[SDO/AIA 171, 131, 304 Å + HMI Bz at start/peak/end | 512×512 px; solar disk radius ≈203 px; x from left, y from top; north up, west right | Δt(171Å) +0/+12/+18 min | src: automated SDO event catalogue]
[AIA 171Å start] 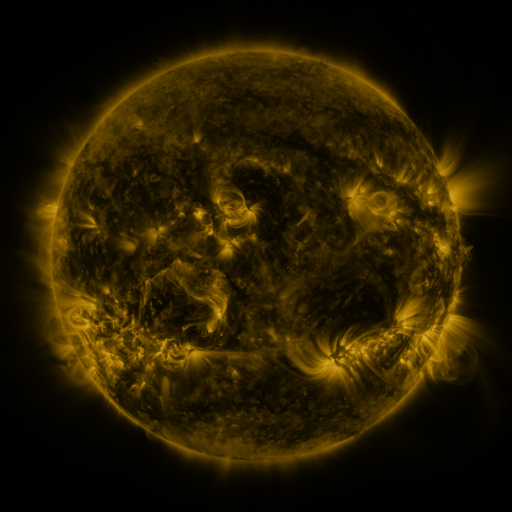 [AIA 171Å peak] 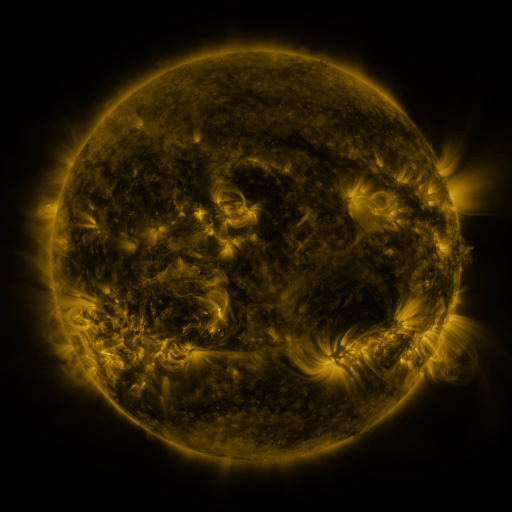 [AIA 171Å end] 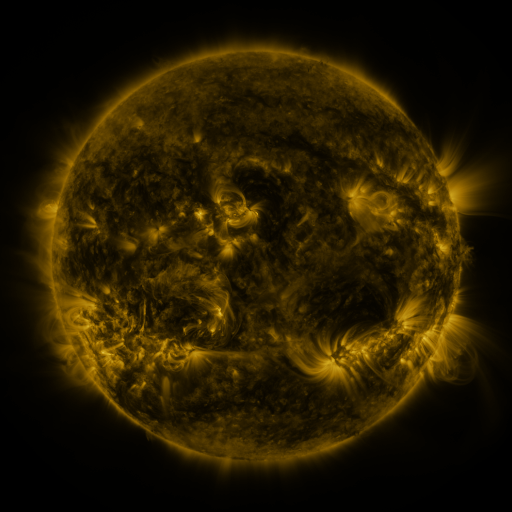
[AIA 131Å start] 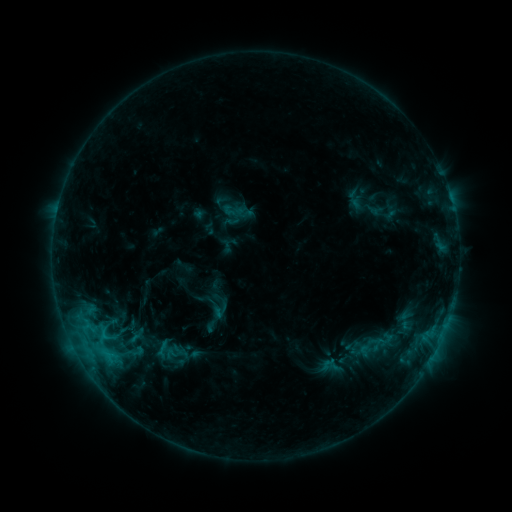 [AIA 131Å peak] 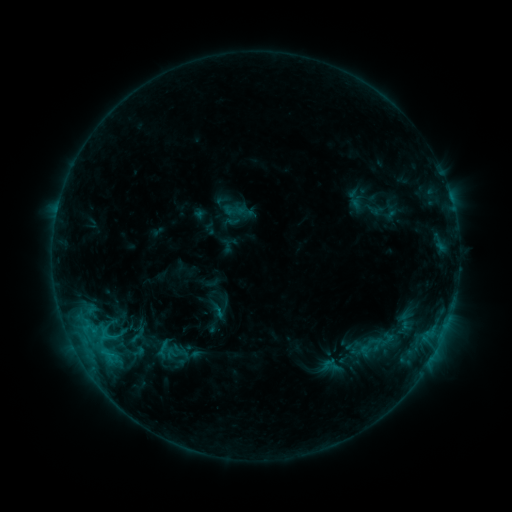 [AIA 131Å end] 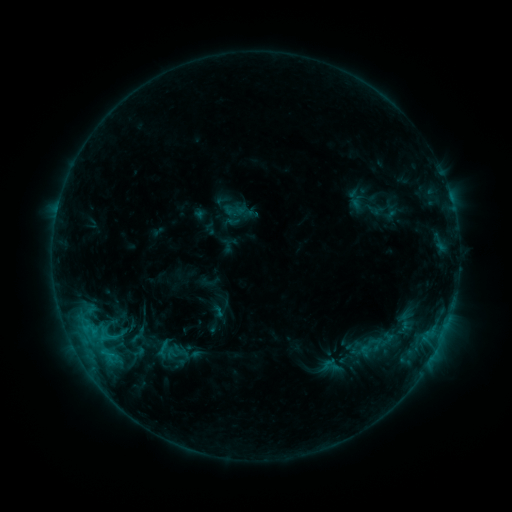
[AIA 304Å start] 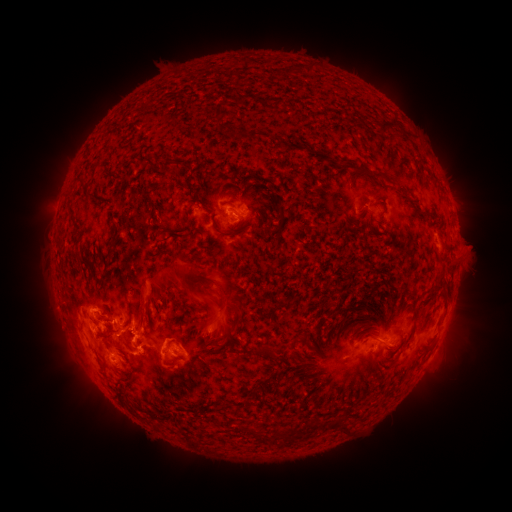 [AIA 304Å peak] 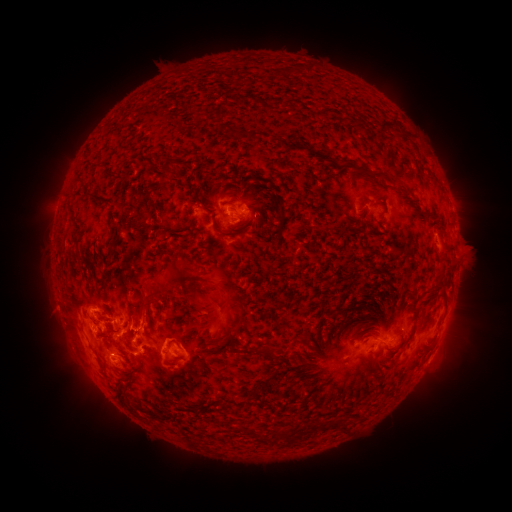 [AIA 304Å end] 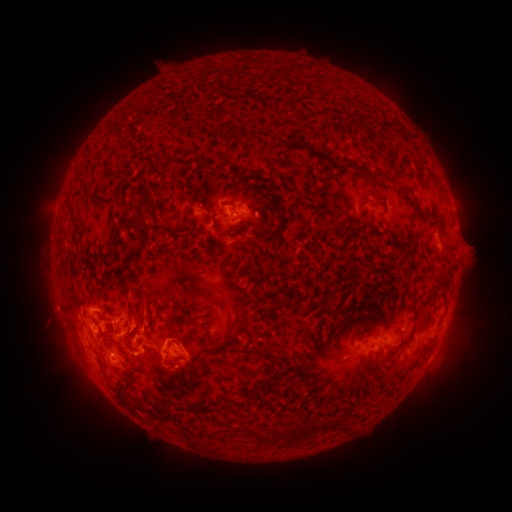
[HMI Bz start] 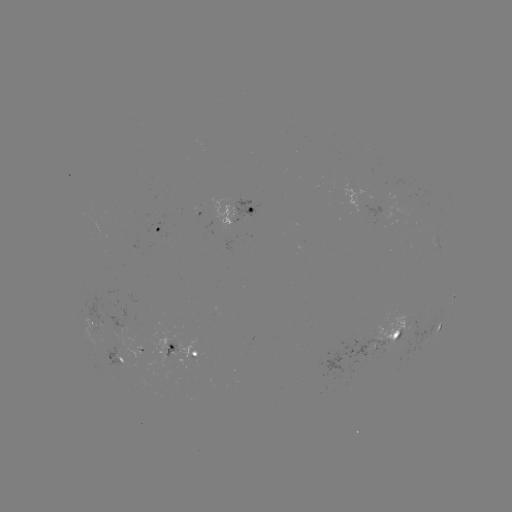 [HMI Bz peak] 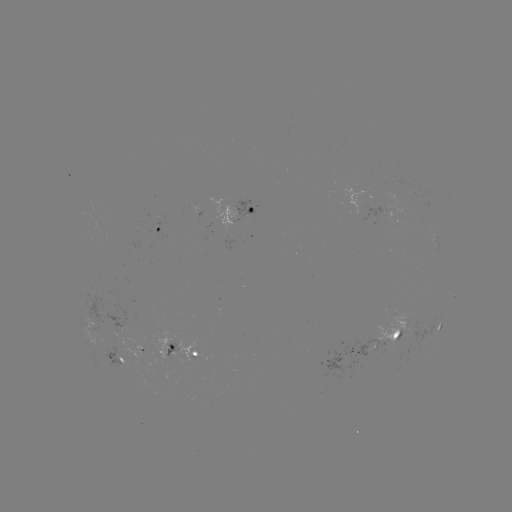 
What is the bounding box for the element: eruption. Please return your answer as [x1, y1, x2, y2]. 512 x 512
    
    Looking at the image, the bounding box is [177, 269, 240, 336].